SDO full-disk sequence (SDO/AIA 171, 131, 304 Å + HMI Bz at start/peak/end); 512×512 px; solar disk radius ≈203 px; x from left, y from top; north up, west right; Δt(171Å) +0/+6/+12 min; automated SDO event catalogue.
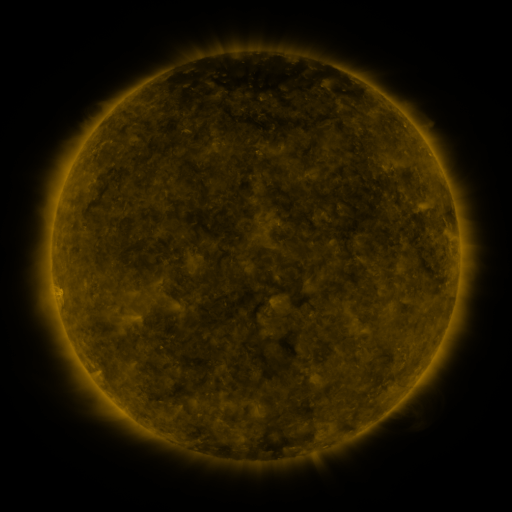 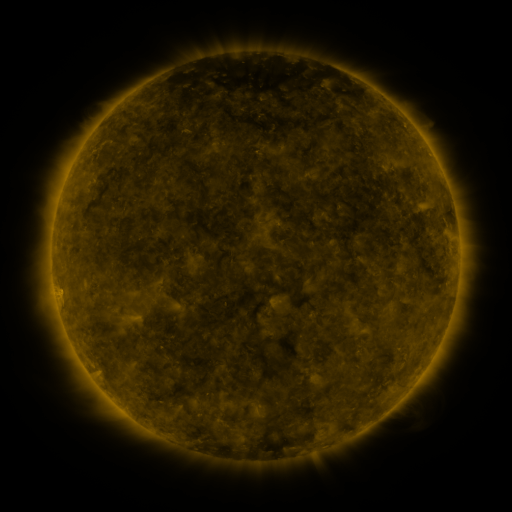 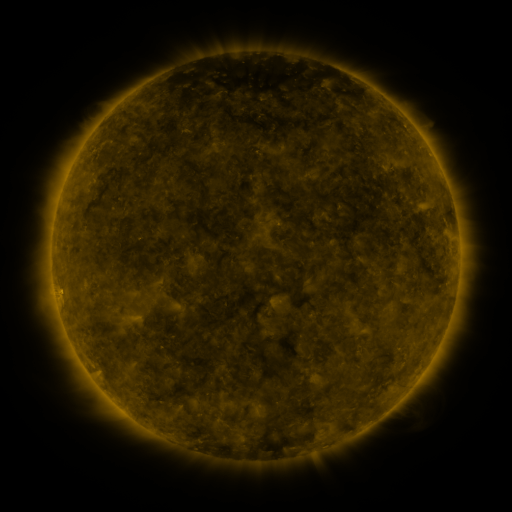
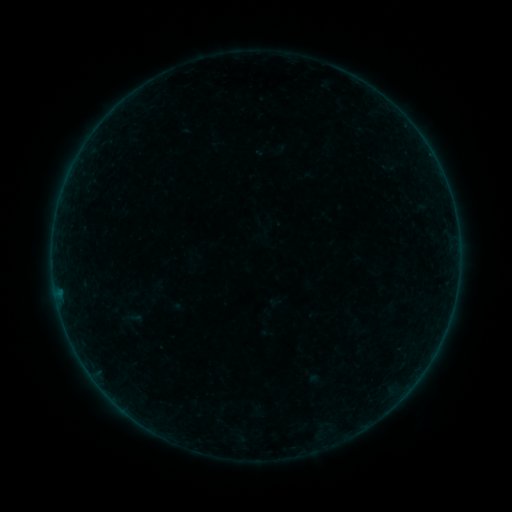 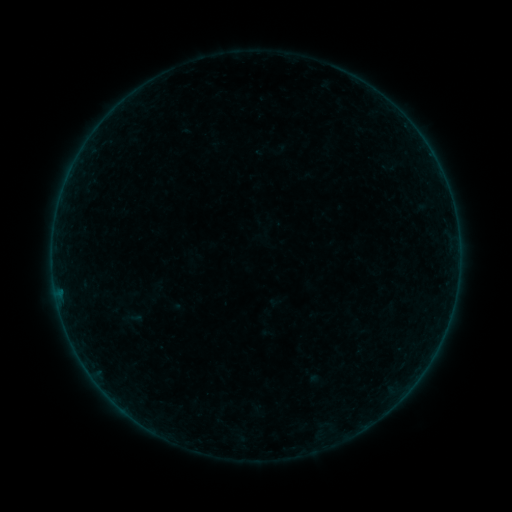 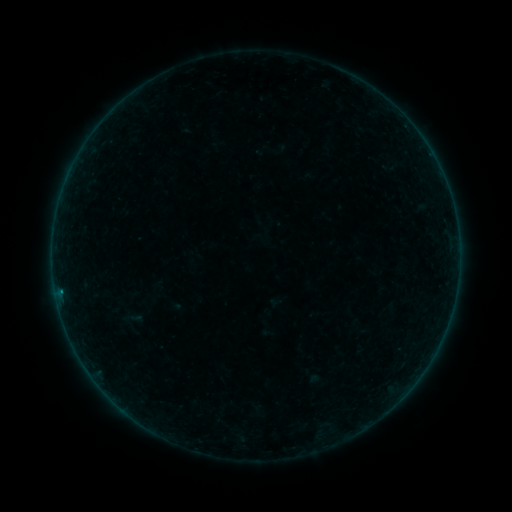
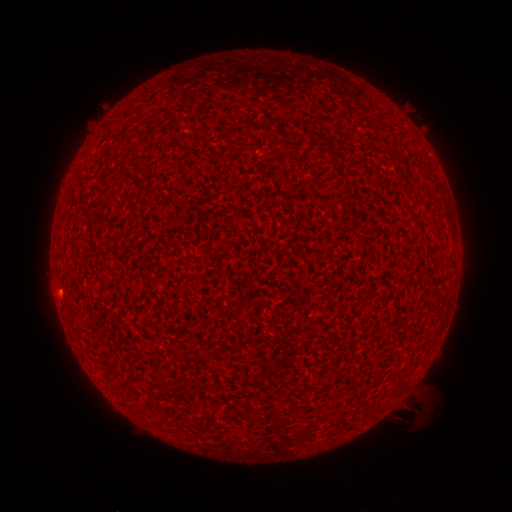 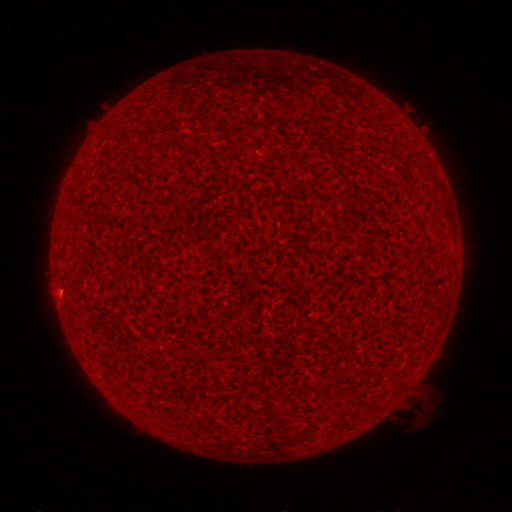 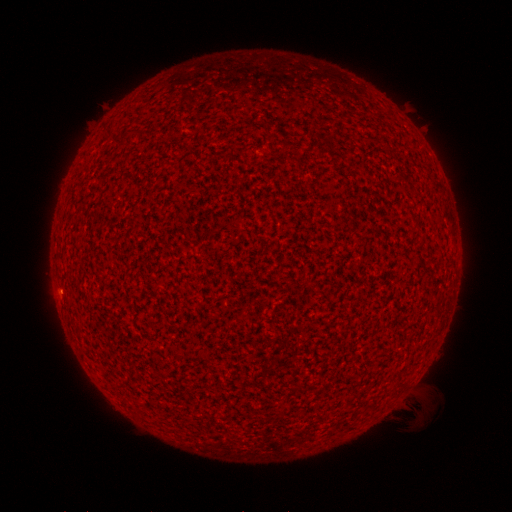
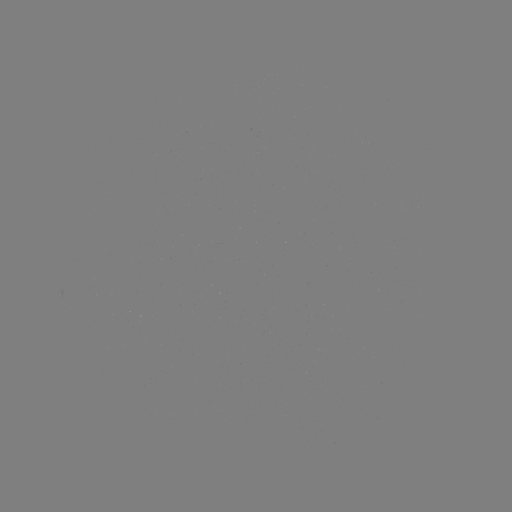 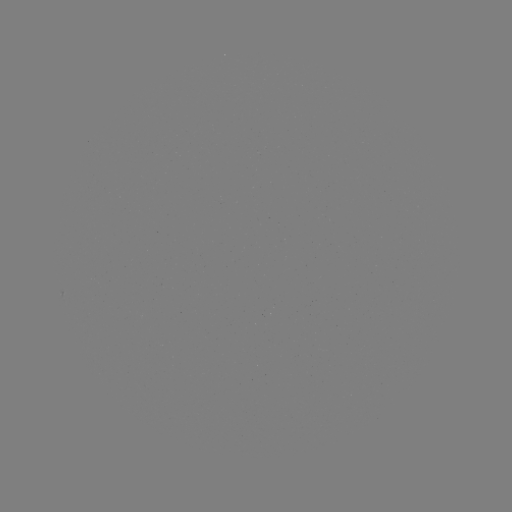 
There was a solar flare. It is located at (61, 290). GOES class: B1.6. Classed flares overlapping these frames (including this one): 1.